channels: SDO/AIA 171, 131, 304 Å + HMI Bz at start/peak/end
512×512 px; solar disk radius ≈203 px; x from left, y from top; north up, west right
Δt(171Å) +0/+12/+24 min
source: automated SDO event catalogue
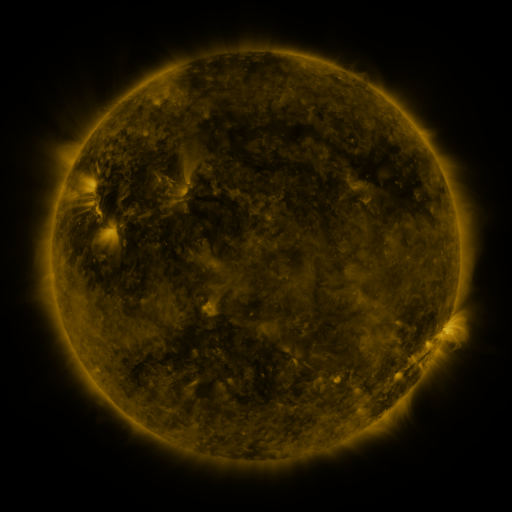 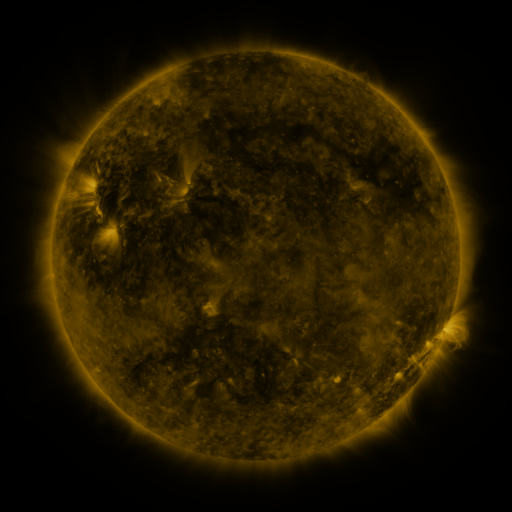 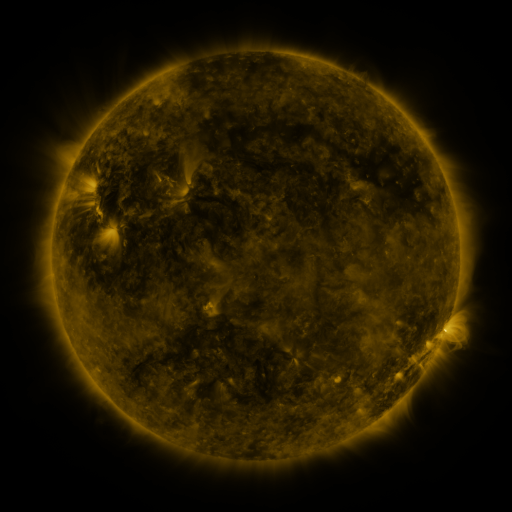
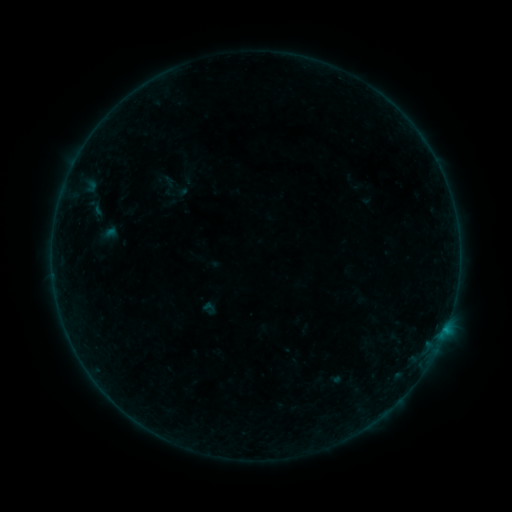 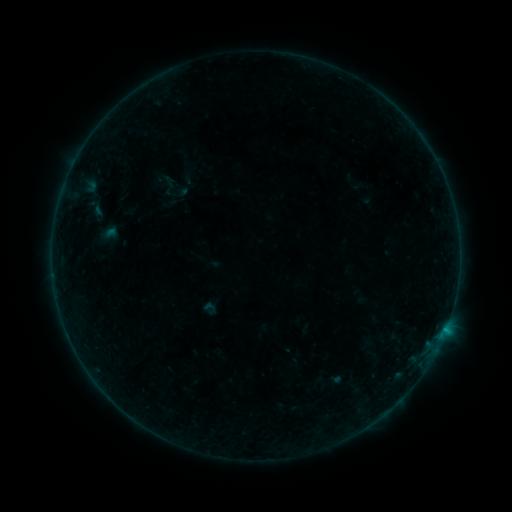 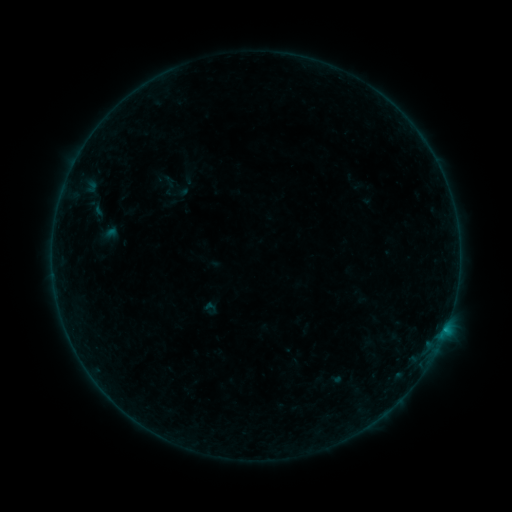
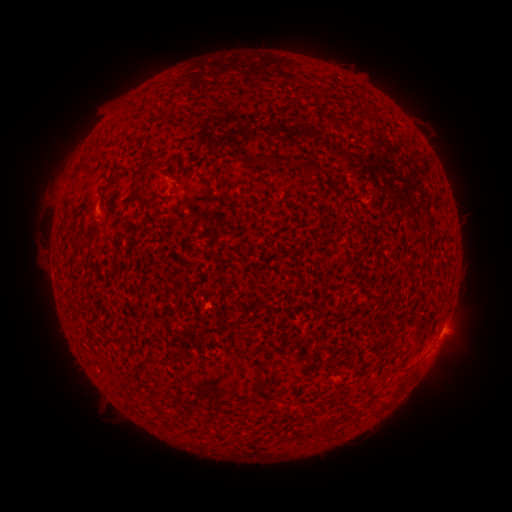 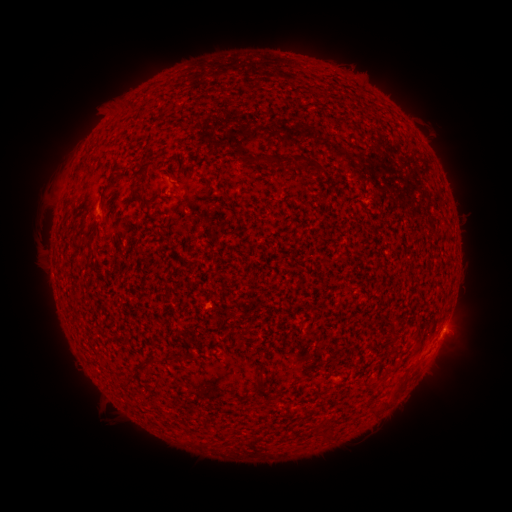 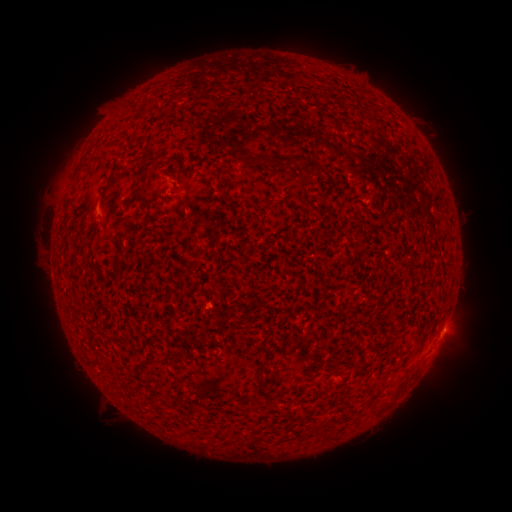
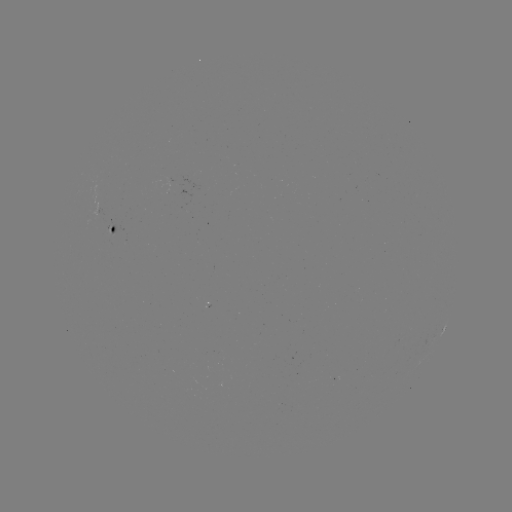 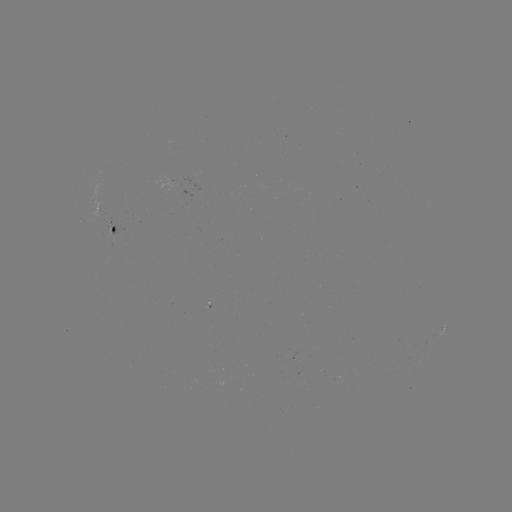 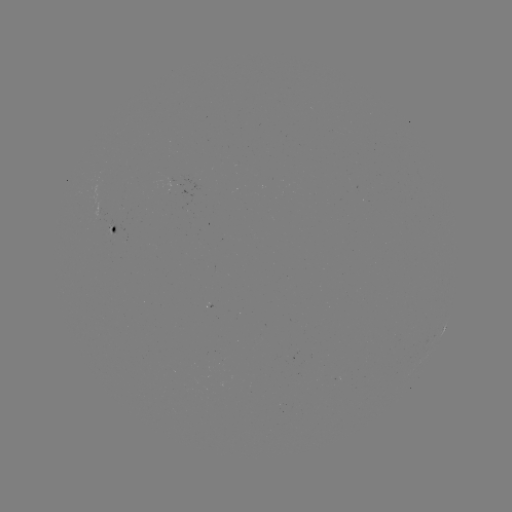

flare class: B2.3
